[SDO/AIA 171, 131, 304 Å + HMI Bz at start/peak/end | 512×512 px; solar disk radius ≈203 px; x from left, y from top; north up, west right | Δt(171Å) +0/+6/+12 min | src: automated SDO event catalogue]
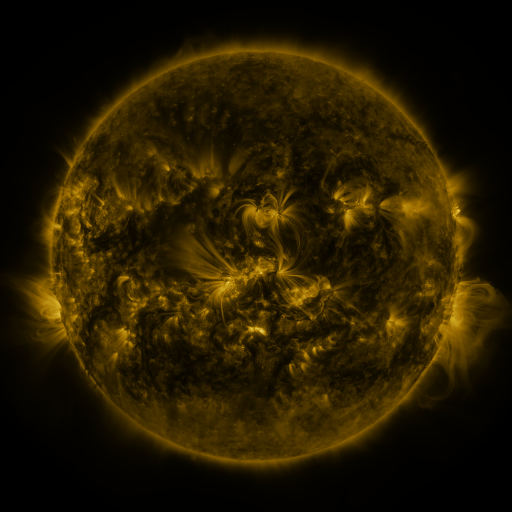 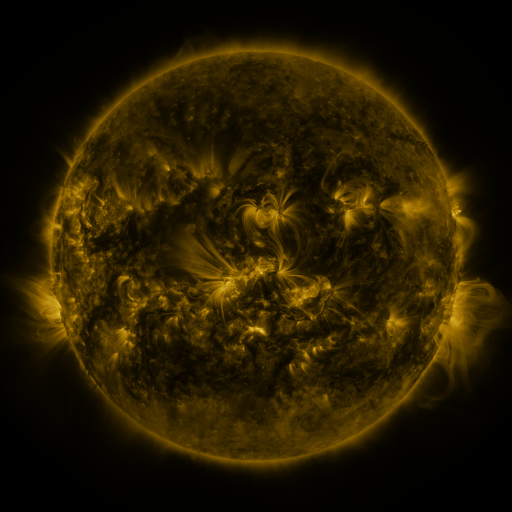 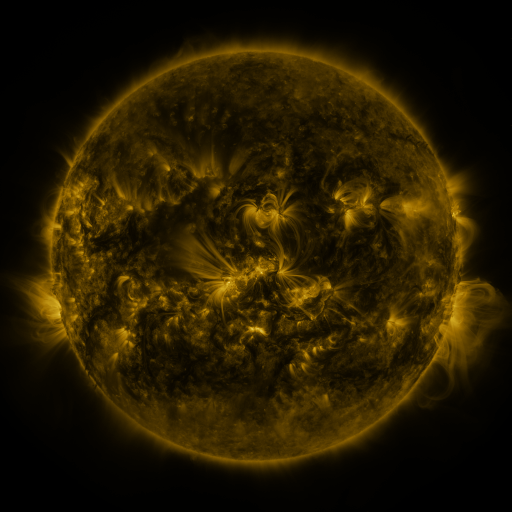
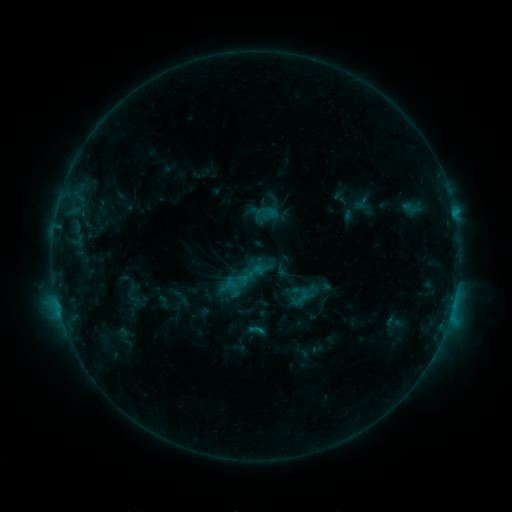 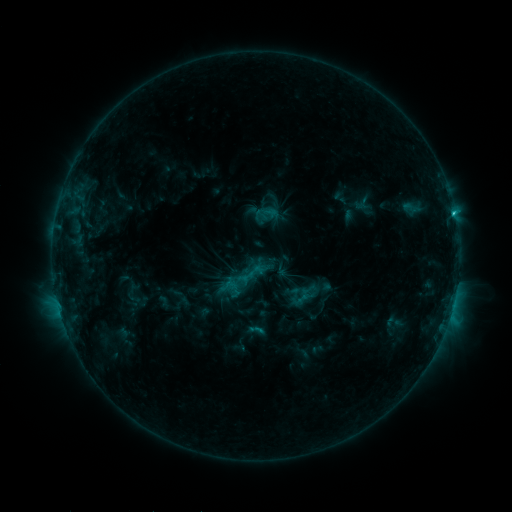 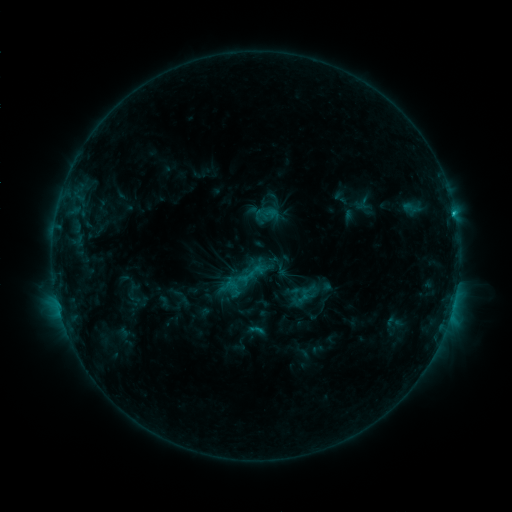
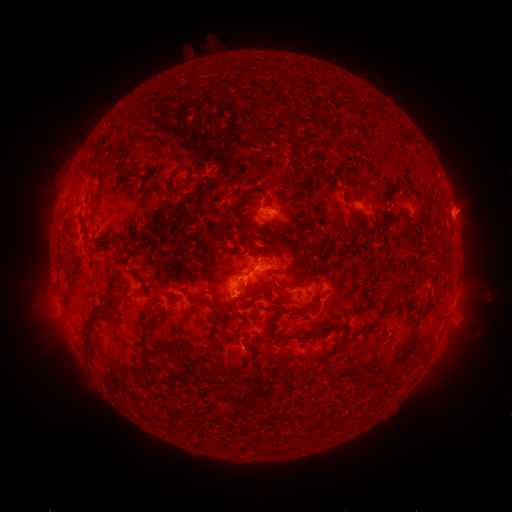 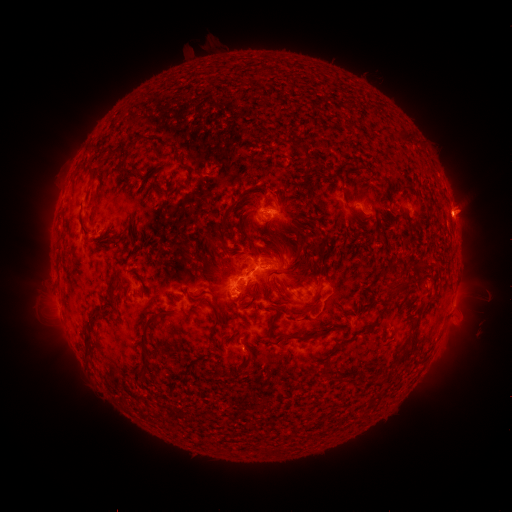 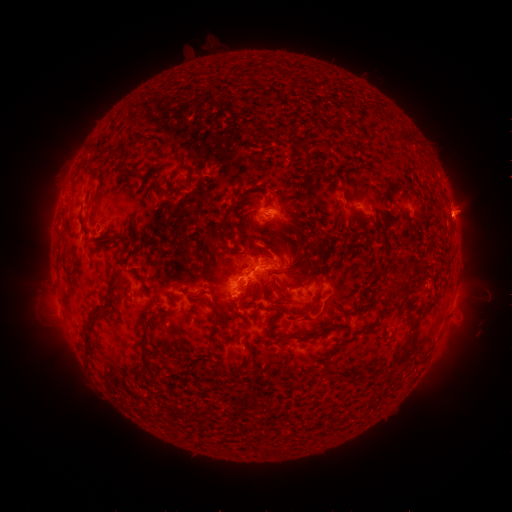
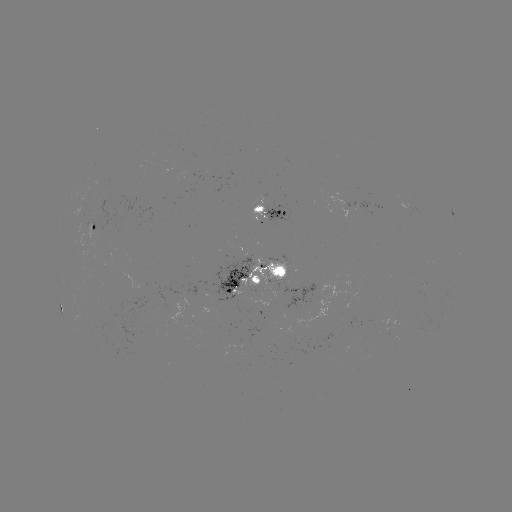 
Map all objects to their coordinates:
C1.6 flare: (454, 215)
